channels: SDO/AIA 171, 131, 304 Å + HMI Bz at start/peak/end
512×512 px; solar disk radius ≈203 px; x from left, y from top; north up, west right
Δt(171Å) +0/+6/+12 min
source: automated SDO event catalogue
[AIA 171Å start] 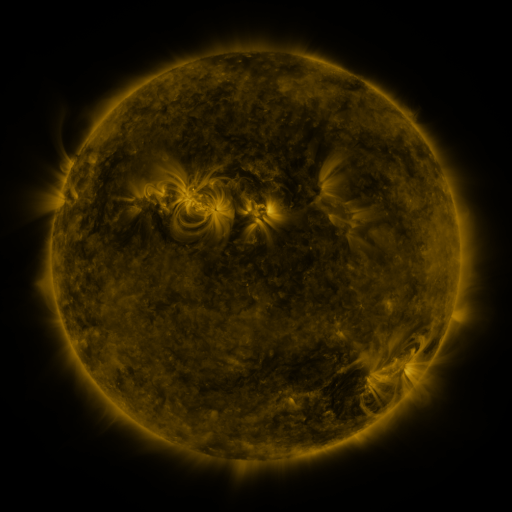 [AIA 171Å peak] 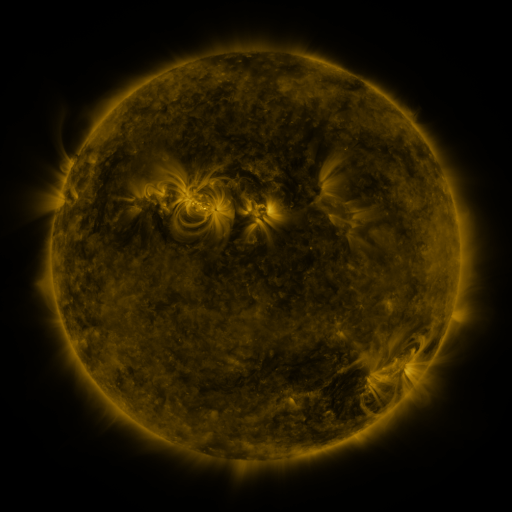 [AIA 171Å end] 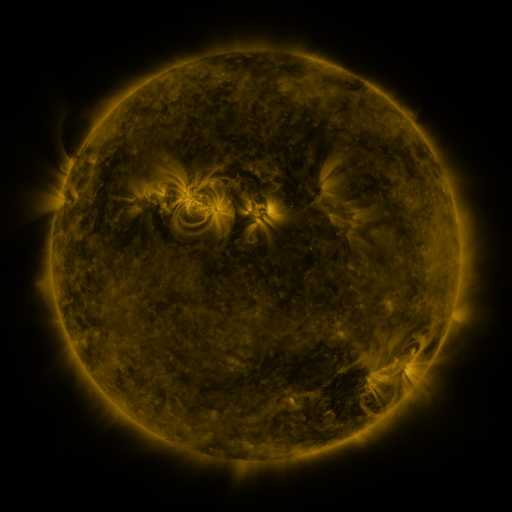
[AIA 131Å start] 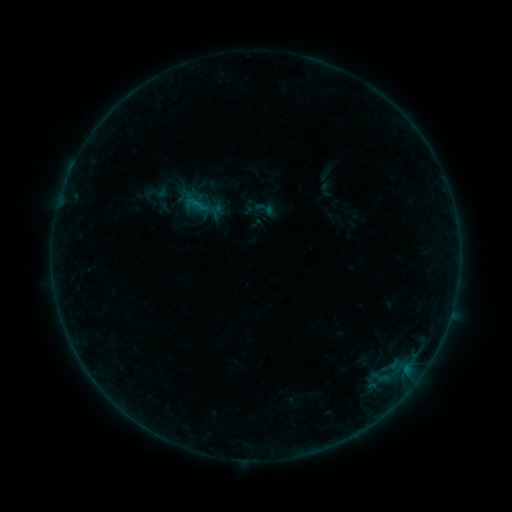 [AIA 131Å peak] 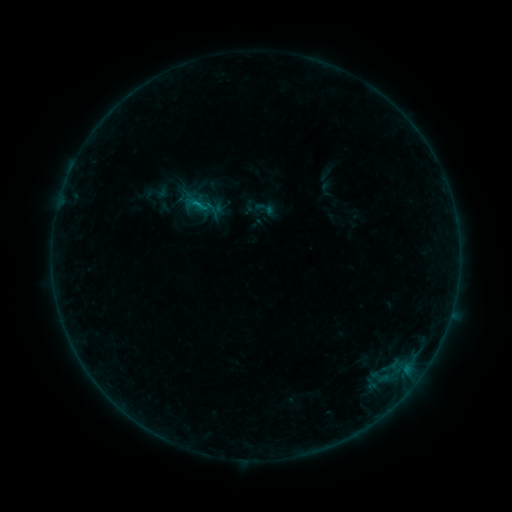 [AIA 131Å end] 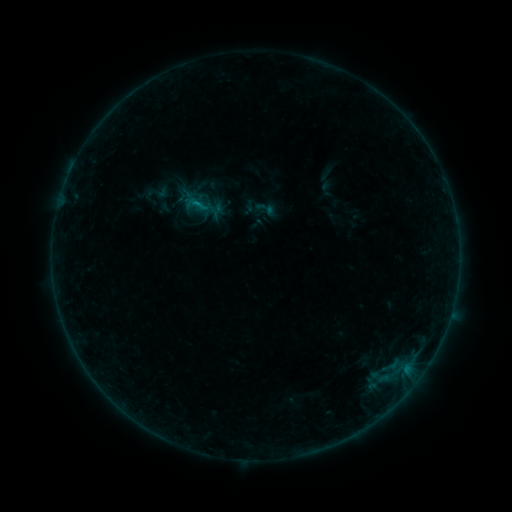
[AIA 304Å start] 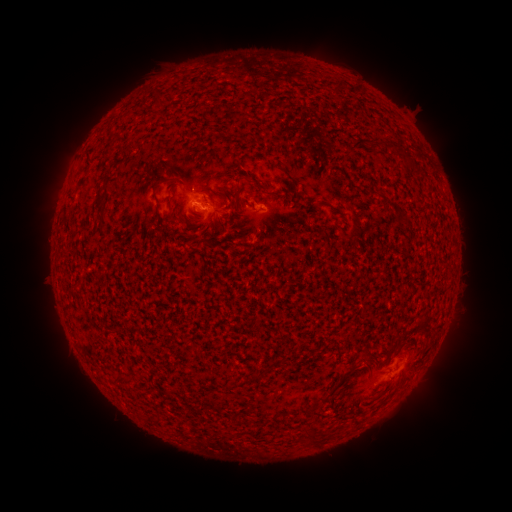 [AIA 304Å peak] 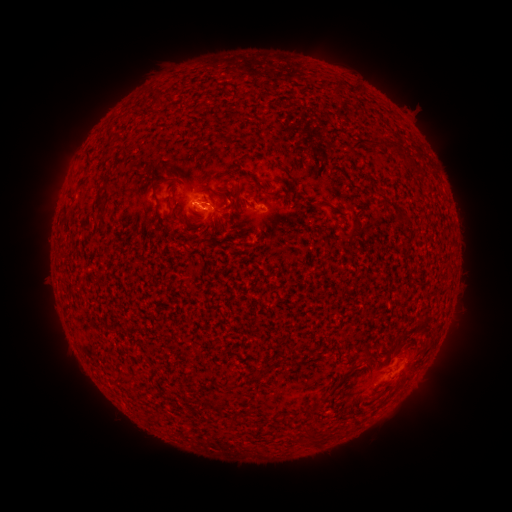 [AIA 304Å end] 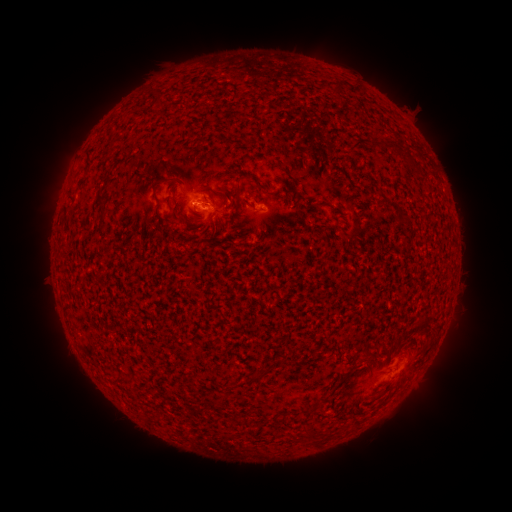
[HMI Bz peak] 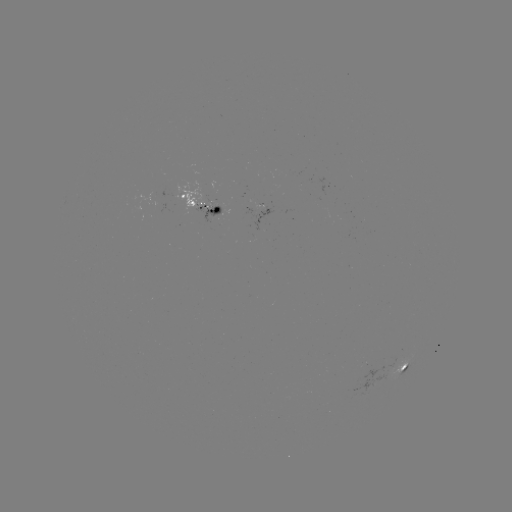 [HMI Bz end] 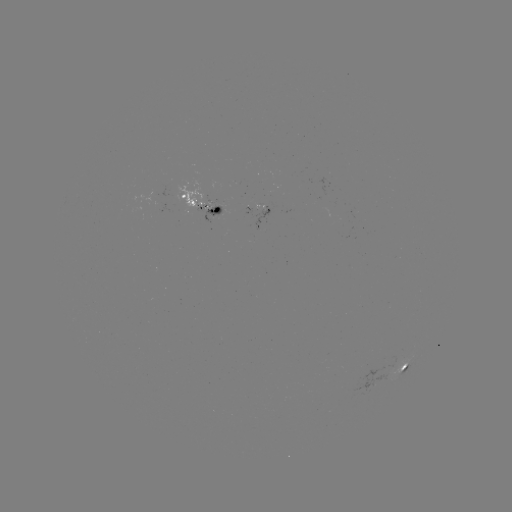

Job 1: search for B3.3 flare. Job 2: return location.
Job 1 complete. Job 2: [206, 212].